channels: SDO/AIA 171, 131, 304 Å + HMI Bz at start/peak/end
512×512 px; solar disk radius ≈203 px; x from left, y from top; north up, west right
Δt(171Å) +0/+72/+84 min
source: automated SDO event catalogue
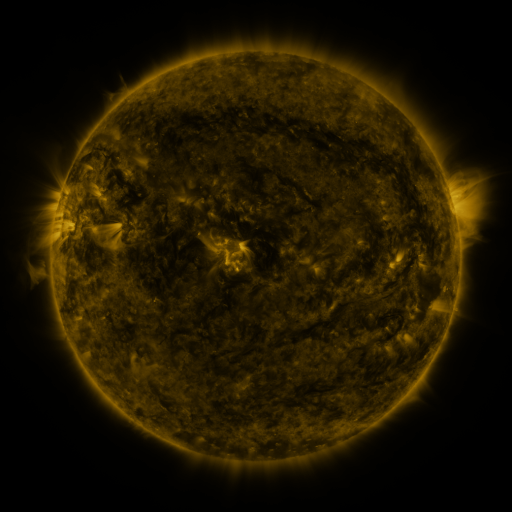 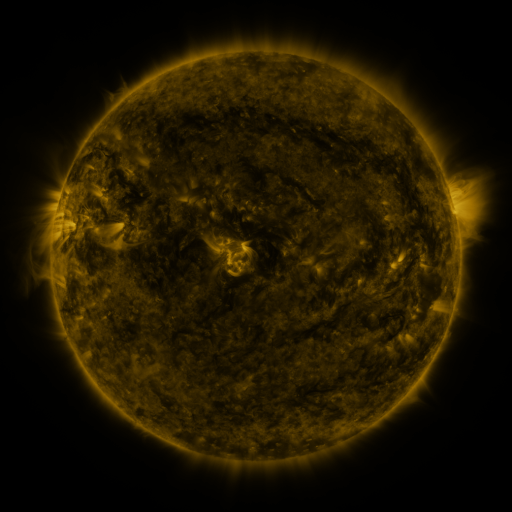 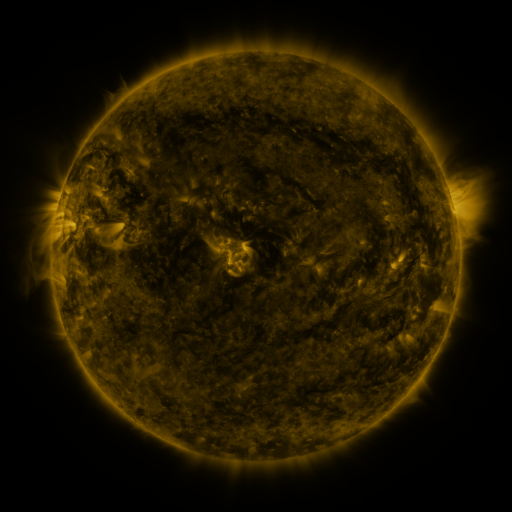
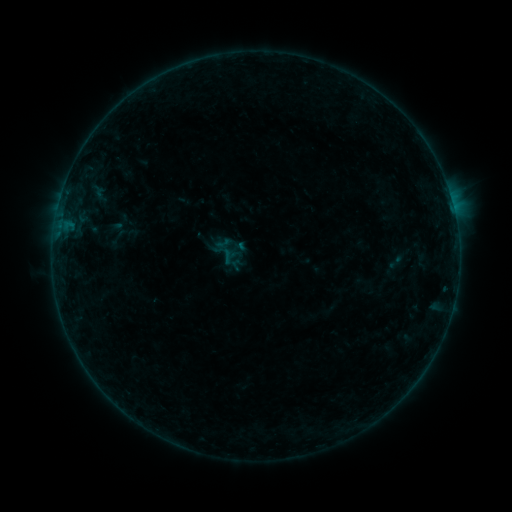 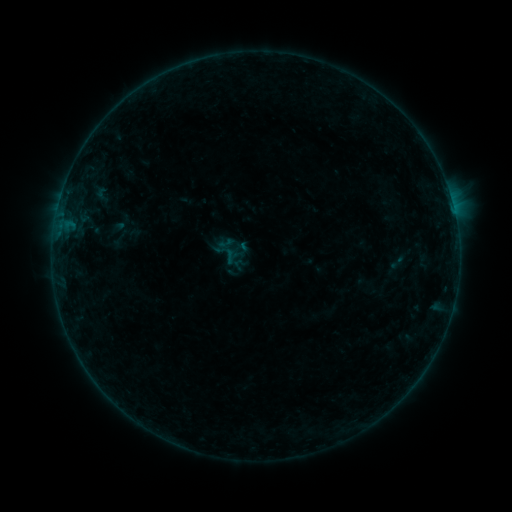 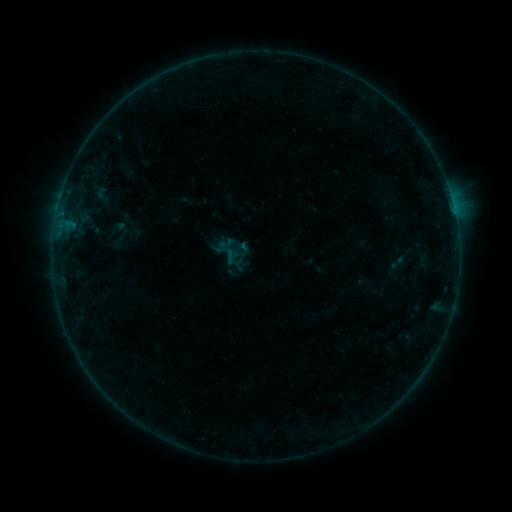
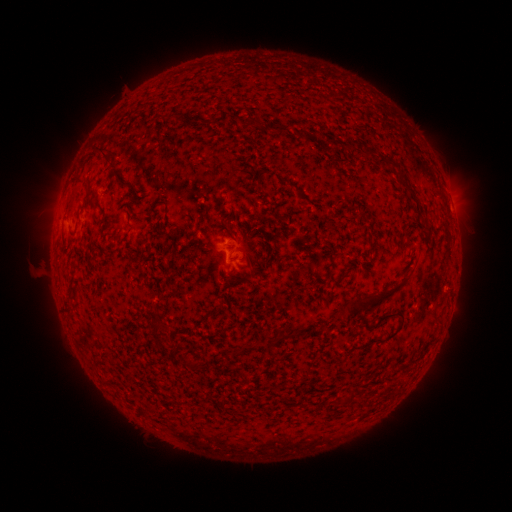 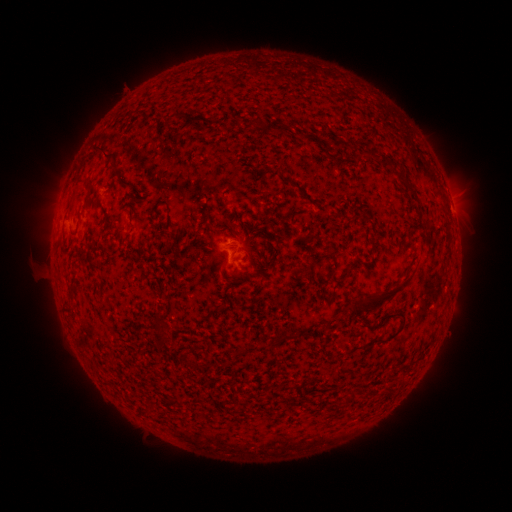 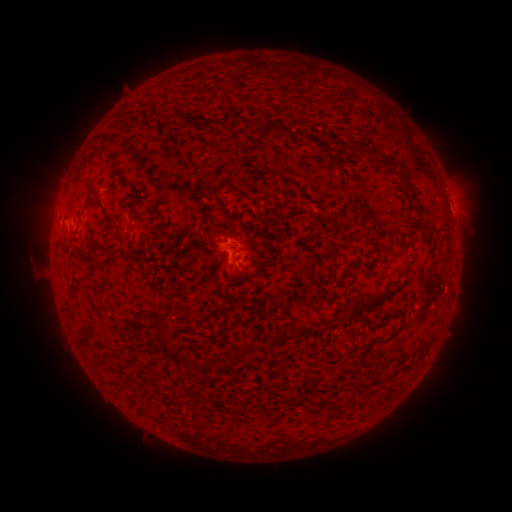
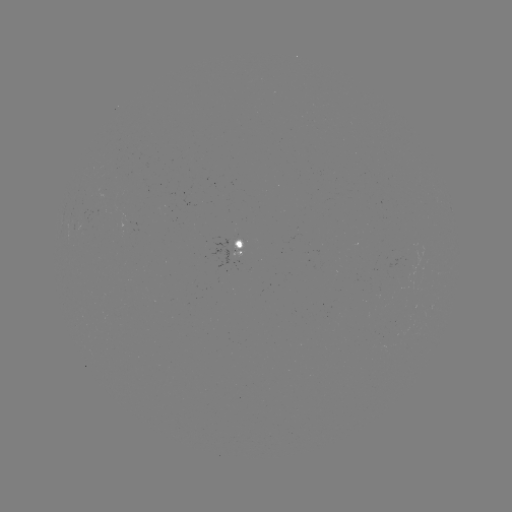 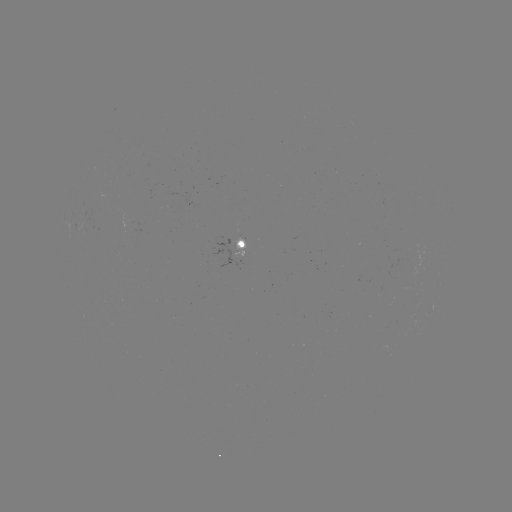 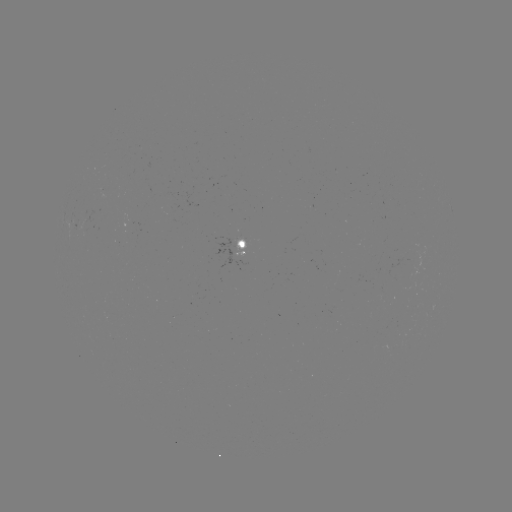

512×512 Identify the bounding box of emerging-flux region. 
[220, 235, 243, 252].